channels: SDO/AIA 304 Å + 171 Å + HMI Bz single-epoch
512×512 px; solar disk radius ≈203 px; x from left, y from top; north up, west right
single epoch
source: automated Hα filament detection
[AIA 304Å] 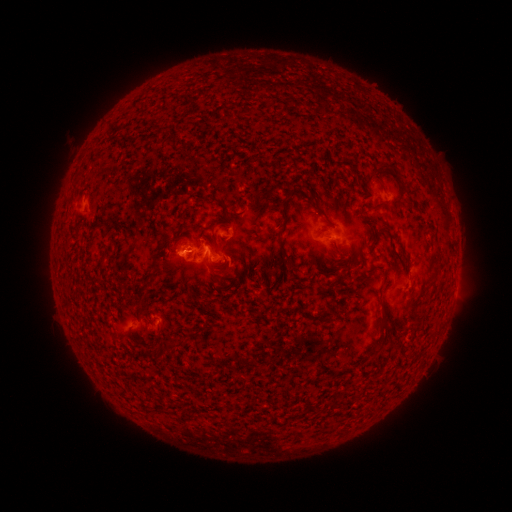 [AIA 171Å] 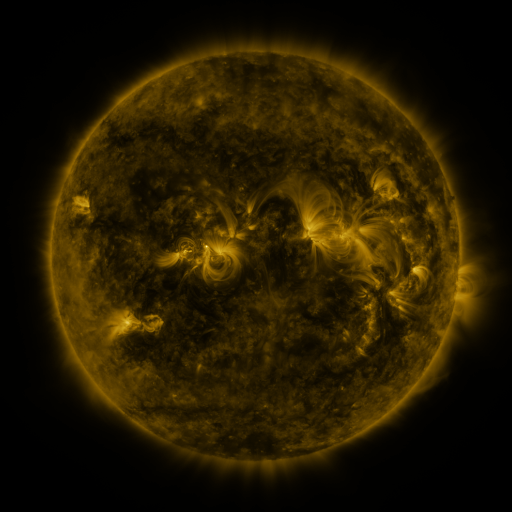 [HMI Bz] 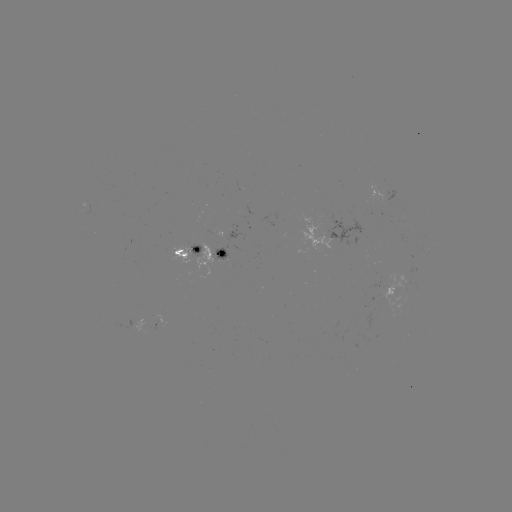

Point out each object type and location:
filament: (396, 171)
filament: (242, 212)
filament: (322, 212)
filament: (206, 228)
filament: (282, 243)
filament: (383, 273)
filament: (146, 284)
filament: (219, 300)
filament: (383, 318)
filament: (192, 335)
filament: (164, 345)
